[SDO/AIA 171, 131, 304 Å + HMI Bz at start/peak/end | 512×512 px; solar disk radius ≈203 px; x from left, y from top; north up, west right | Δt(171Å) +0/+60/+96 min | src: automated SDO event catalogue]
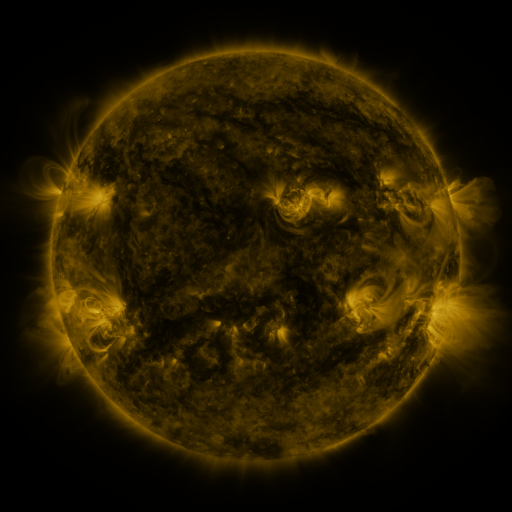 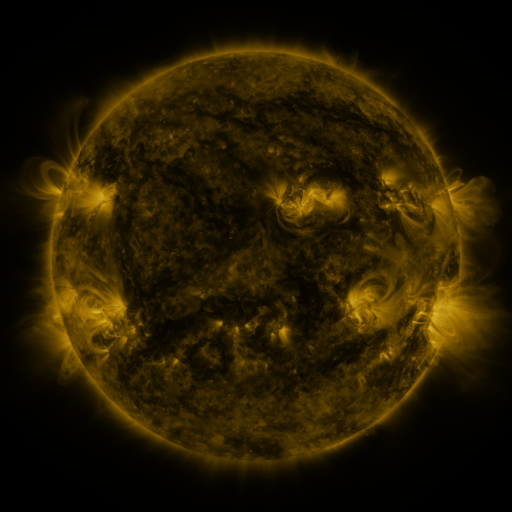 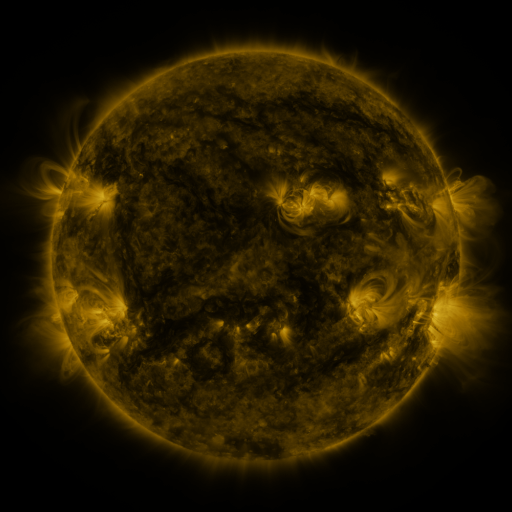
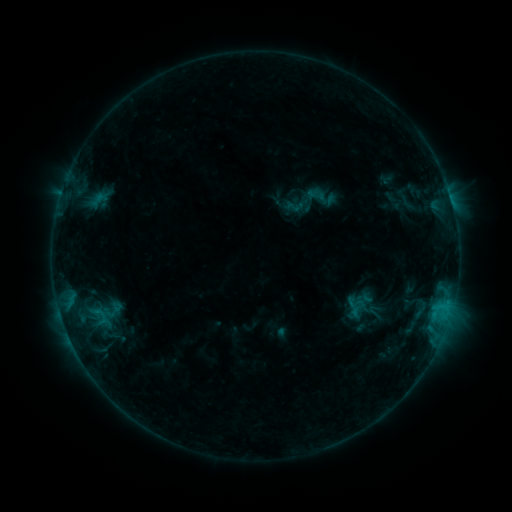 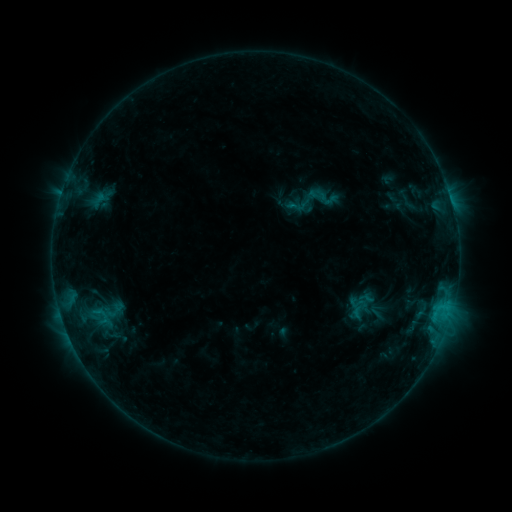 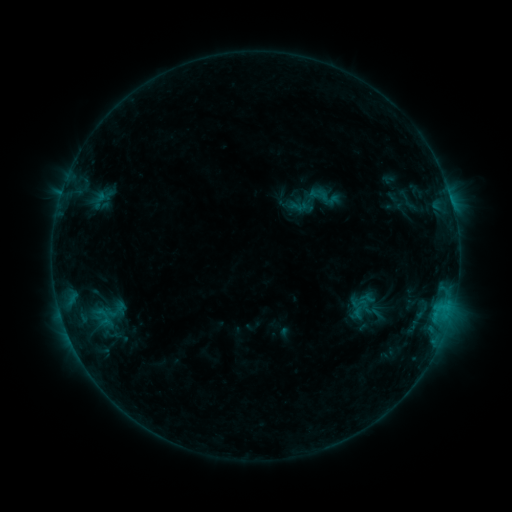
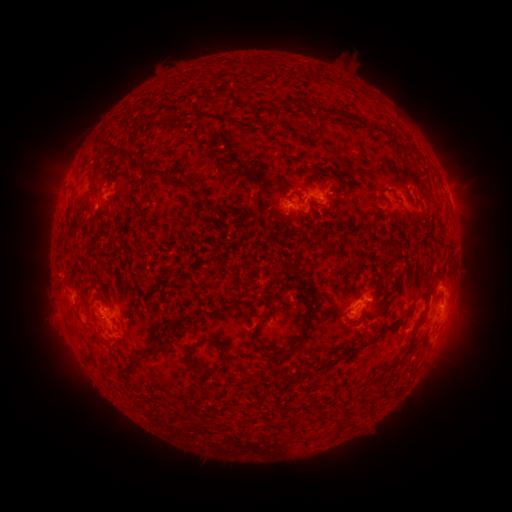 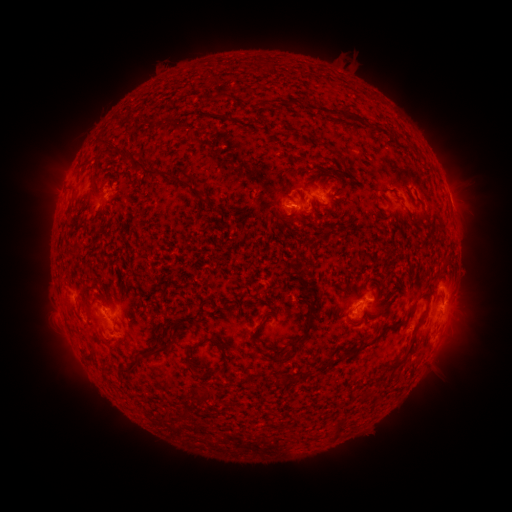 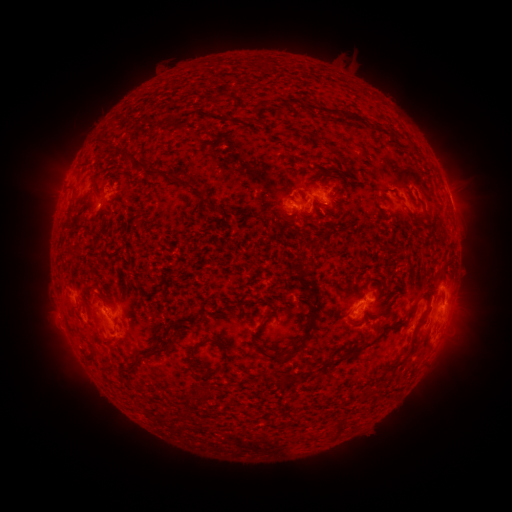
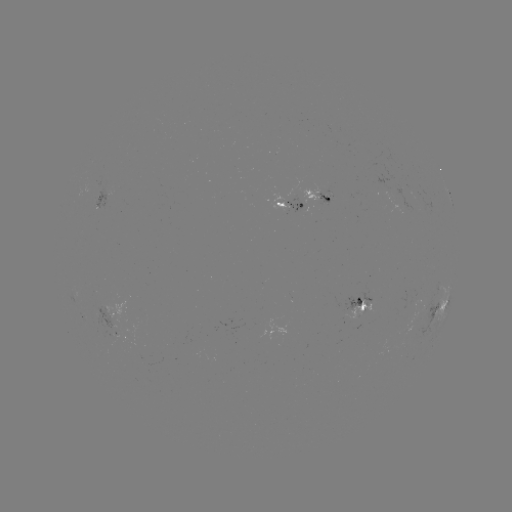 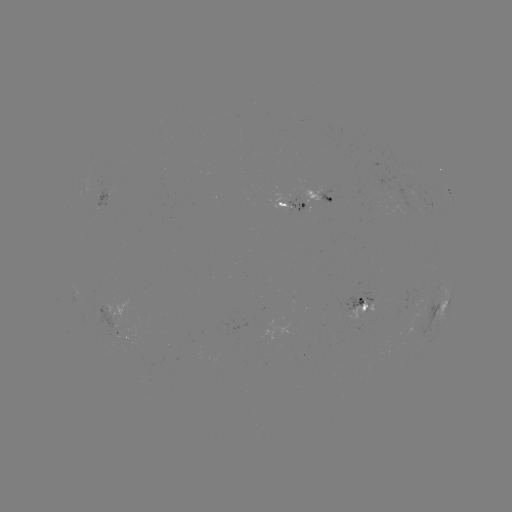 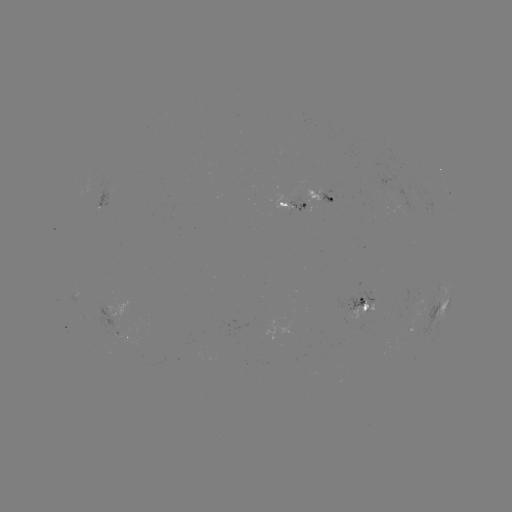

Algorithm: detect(emerging-flux region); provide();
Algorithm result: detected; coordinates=(117, 320)